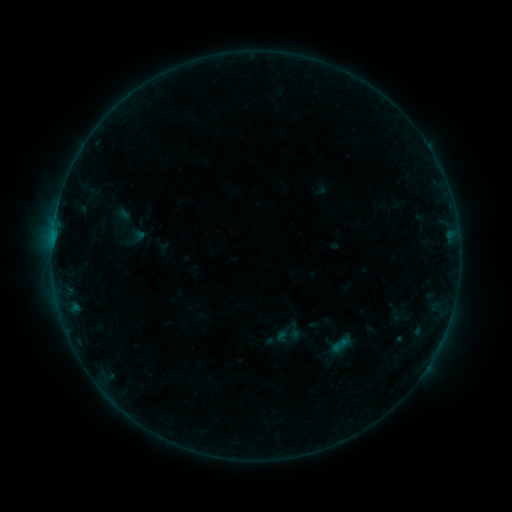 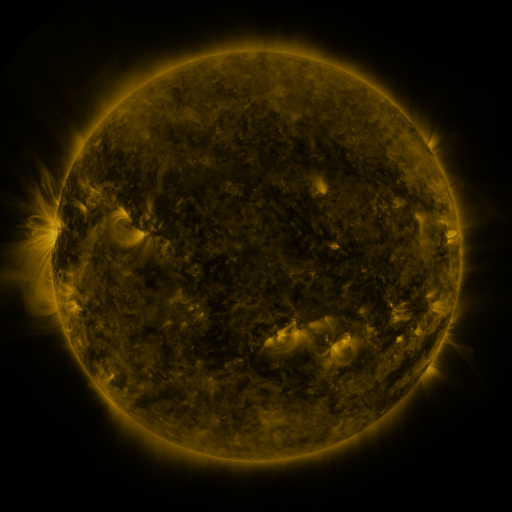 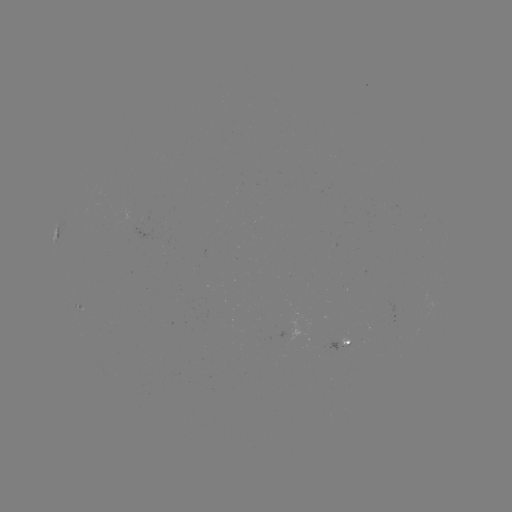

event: sigmoid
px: (294, 331)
